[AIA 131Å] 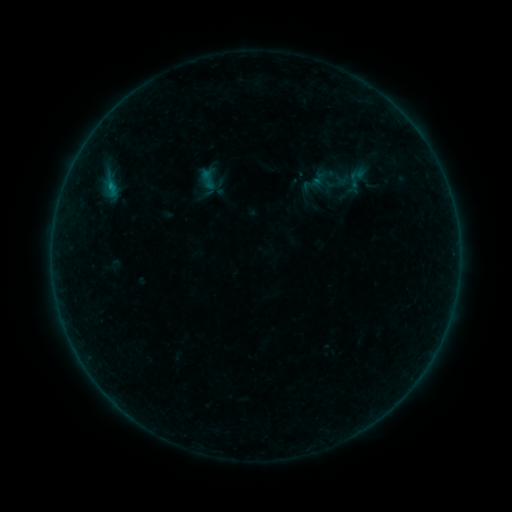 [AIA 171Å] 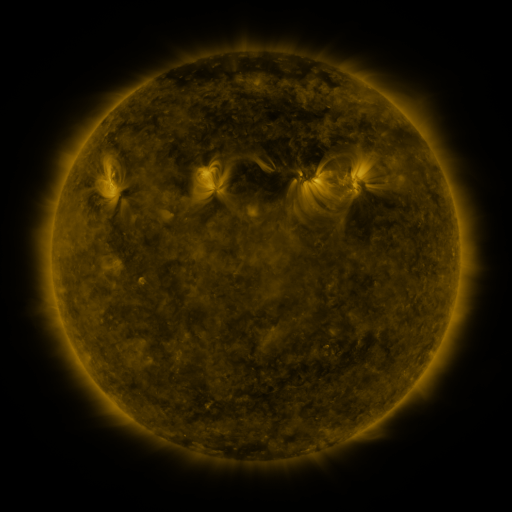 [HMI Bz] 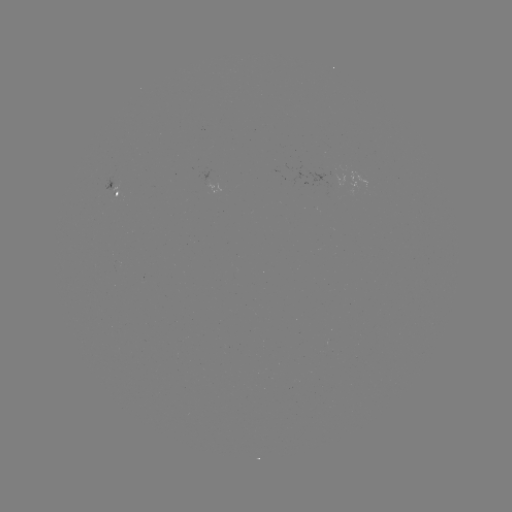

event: sigmoid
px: (208, 179)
